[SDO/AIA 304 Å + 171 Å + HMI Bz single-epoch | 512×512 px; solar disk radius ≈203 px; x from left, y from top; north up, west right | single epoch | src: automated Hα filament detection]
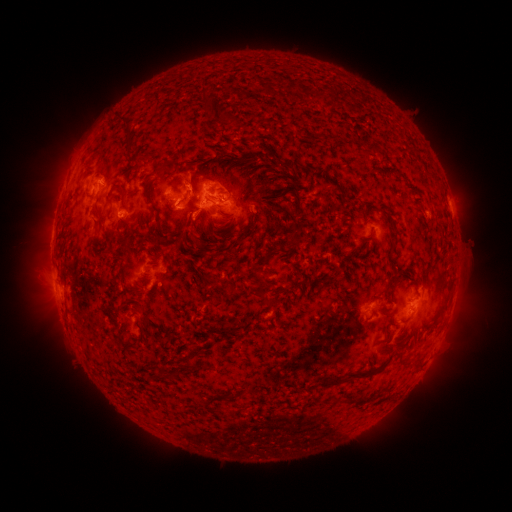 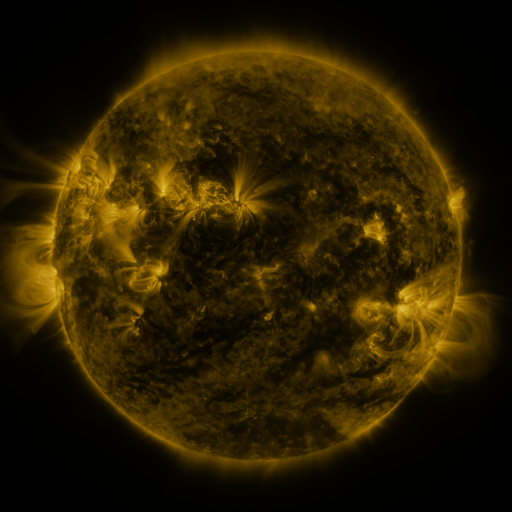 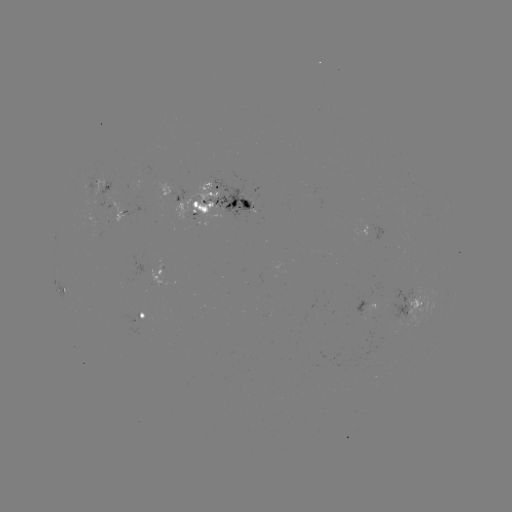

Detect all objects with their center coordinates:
filament: [307, 87, 324, 101]
filament: [199, 95, 227, 122]
filament: [119, 120, 134, 155]
filament: [227, 149, 262, 161]
filament: [130, 155, 149, 164]
filament: [150, 160, 160, 176]
filament: [182, 175, 191, 200]
filament: [141, 183, 157, 214]
filament: [104, 185, 125, 208]
filament: [292, 196, 304, 215]
filament: [229, 199, 237, 208]
filament: [240, 199, 250, 210]
filament: [248, 204, 261, 236]
filament: [385, 211, 392, 223]
filament: [152, 217, 169, 246]
filament: [92, 220, 99, 232]
filament: [287, 221, 301, 246]
filament: [387, 232, 396, 253]
filament: [256, 263, 265, 274]
filament: [321, 273, 331, 282]
filament: [438, 274, 453, 309]
filament: [210, 278, 238, 301]
filament: [255, 280, 266, 298]
filament: [263, 298, 279, 309]
filament: [139, 331, 145, 344]
filament: [320, 351, 393, 386]
filament: [186, 357, 197, 368]
filament: [159, 365, 166, 380]
filament: [231, 387, 261, 399]
